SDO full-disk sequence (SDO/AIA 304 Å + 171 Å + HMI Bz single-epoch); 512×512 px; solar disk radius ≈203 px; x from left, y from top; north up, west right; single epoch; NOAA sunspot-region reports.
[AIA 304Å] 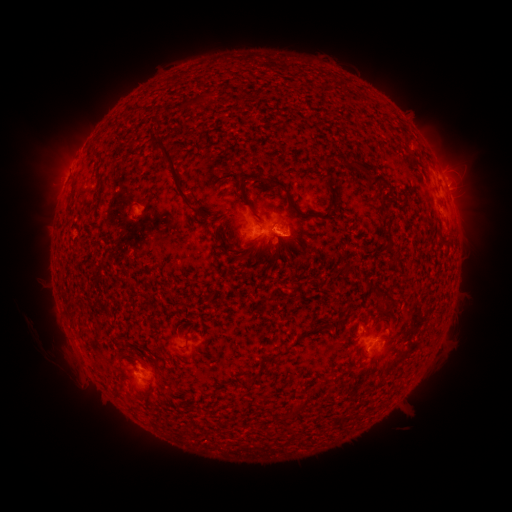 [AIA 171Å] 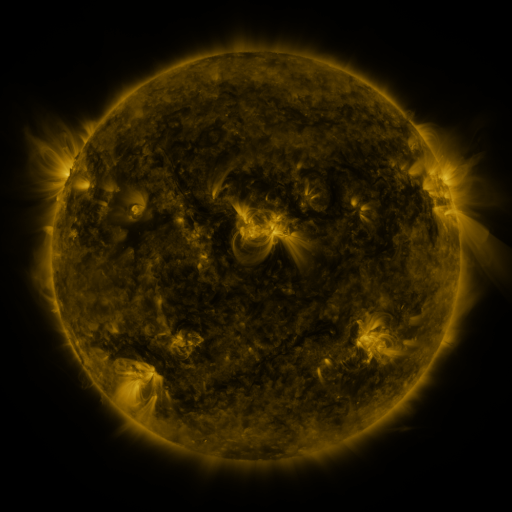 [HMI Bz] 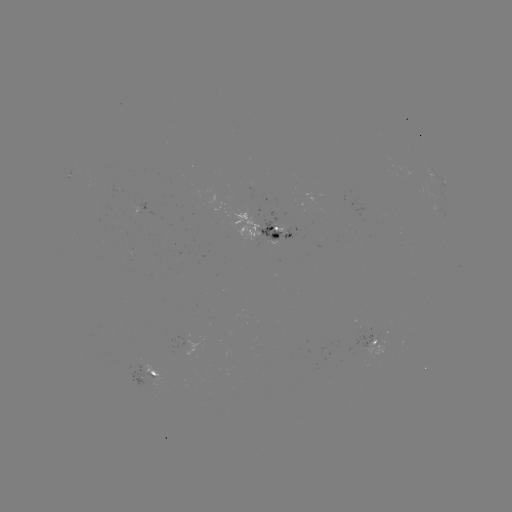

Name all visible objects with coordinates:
spotted active region: (444, 182)
spotted active region: (446, 197)
spotted active region: (147, 213)
spotted active region: (269, 231)
spotted active region: (378, 337)
spotted active region: (148, 377)
